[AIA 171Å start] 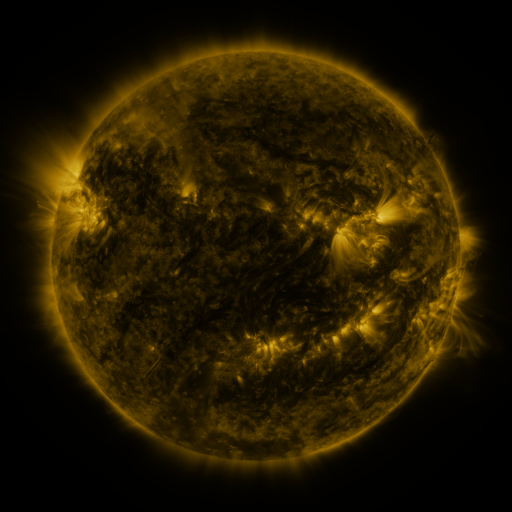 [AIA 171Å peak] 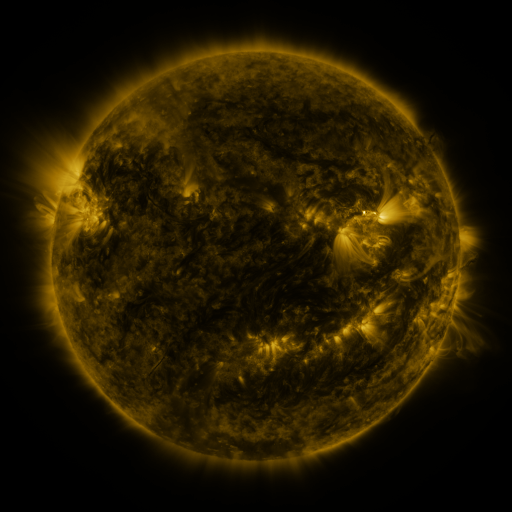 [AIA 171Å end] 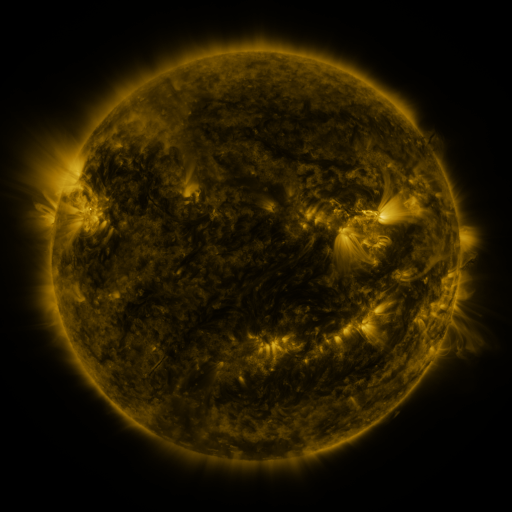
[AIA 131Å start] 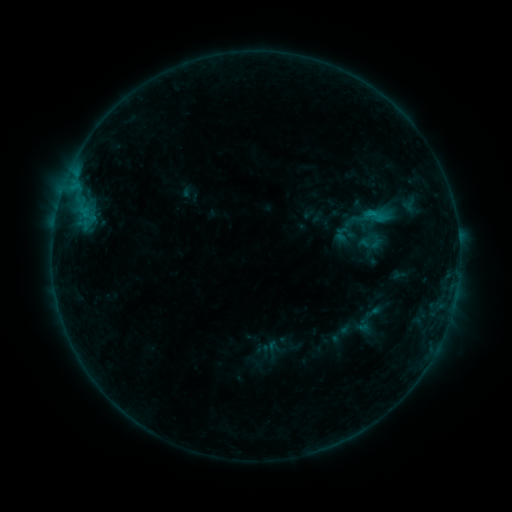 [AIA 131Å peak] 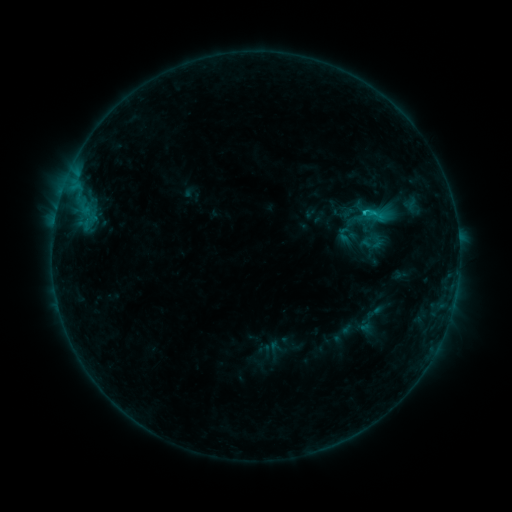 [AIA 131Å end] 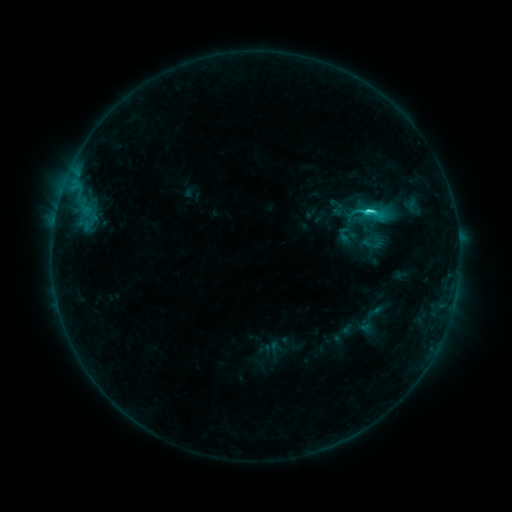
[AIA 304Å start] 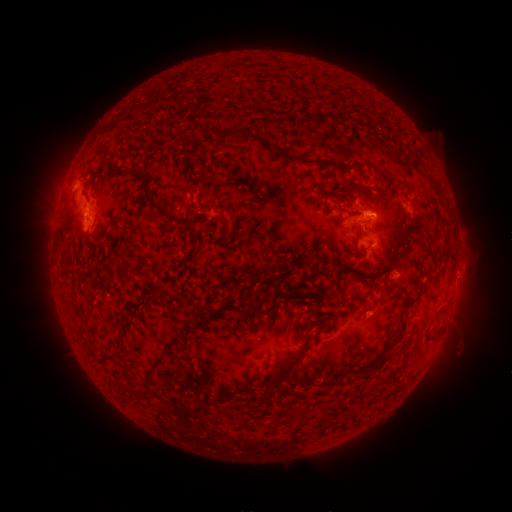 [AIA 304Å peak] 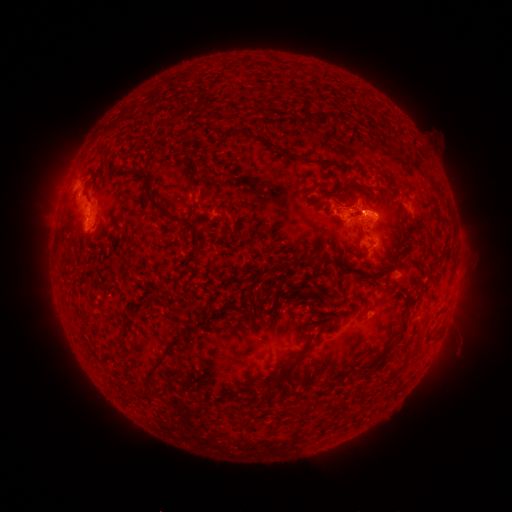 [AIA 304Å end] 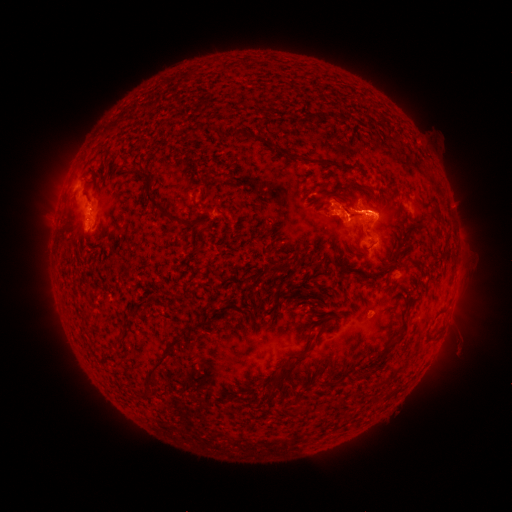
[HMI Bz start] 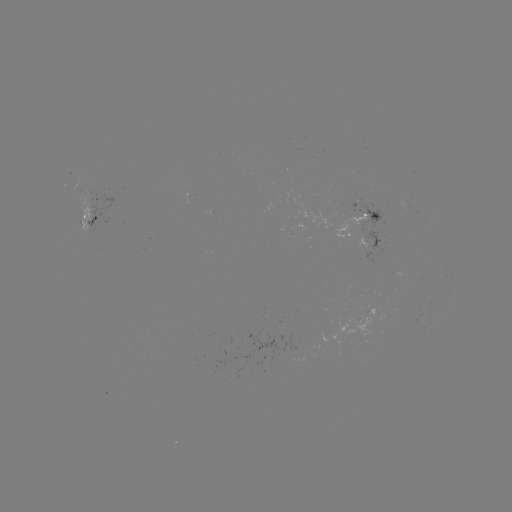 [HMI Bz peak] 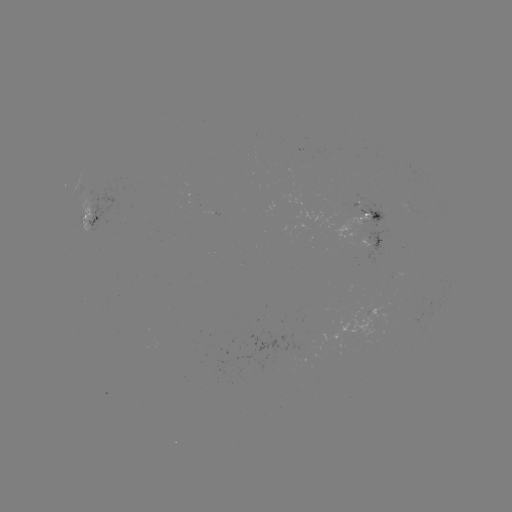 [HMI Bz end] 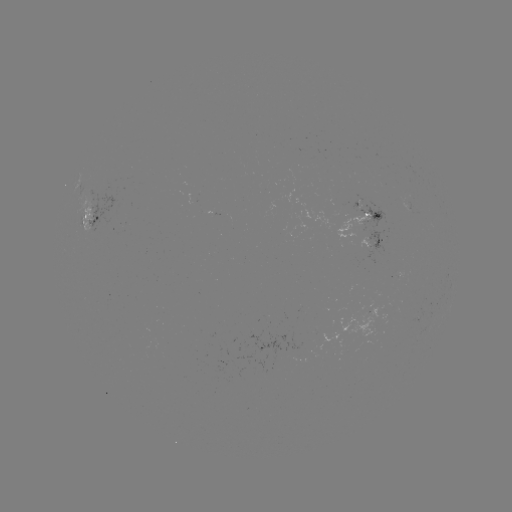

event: emerging-flux region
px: (89, 208)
